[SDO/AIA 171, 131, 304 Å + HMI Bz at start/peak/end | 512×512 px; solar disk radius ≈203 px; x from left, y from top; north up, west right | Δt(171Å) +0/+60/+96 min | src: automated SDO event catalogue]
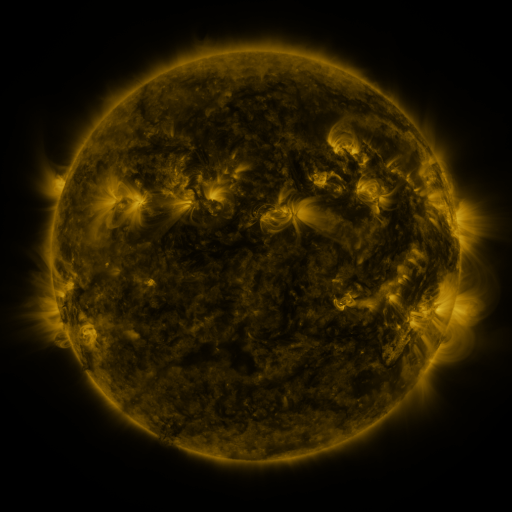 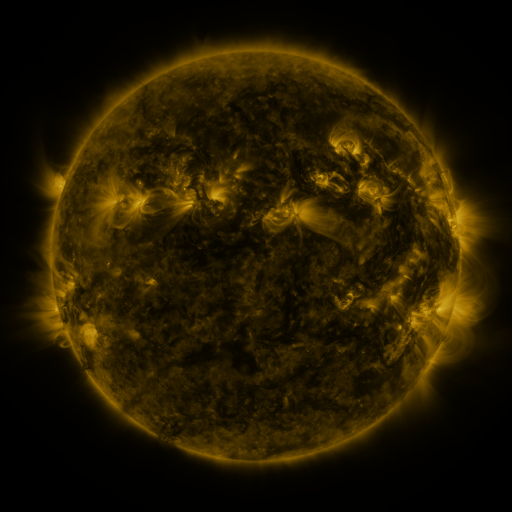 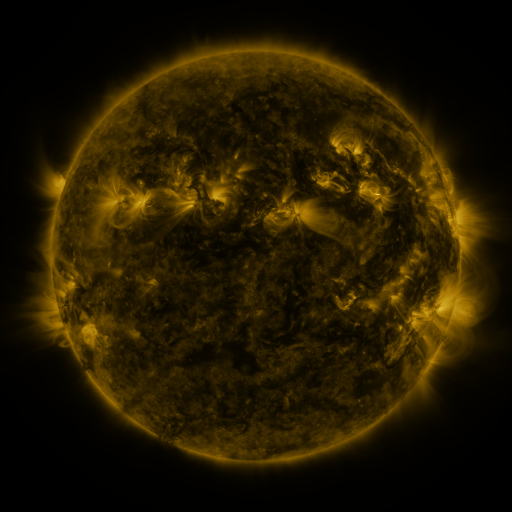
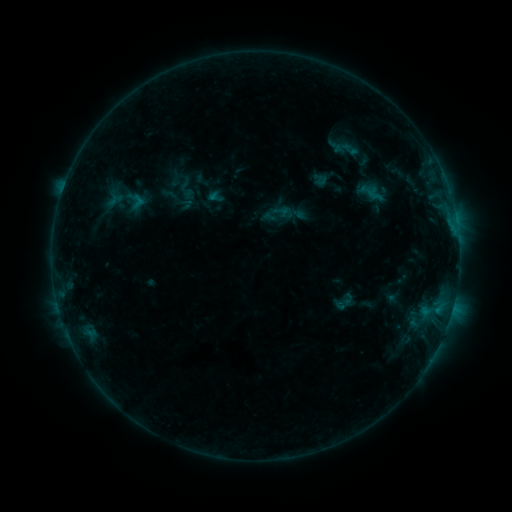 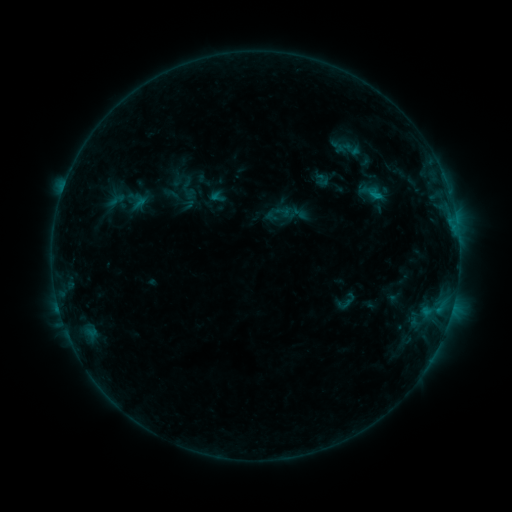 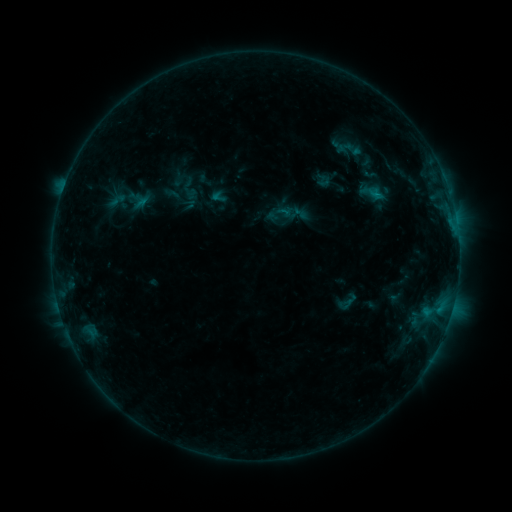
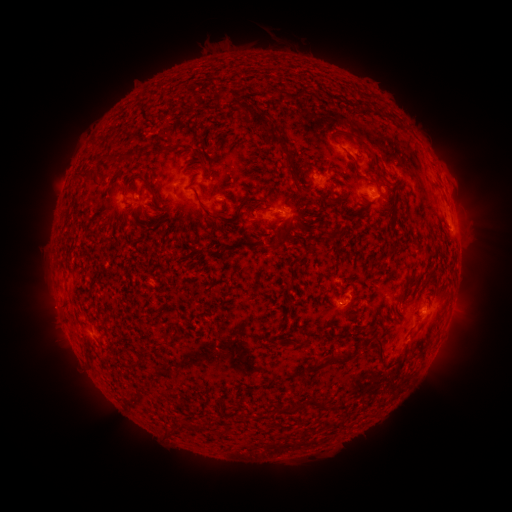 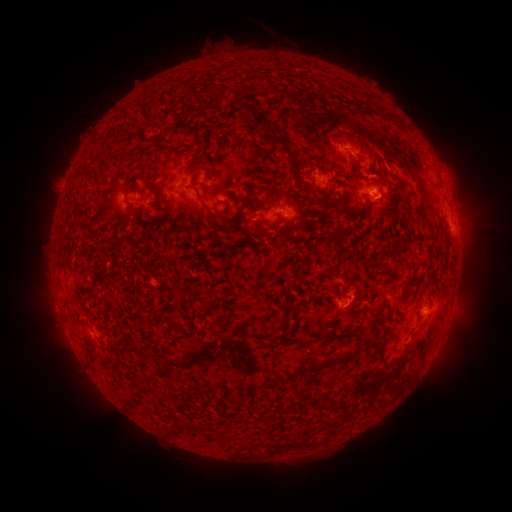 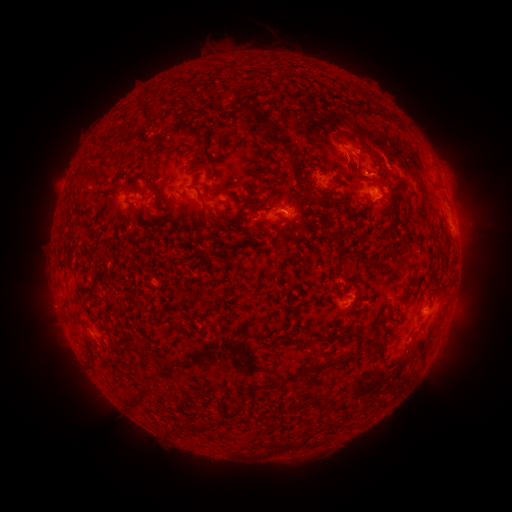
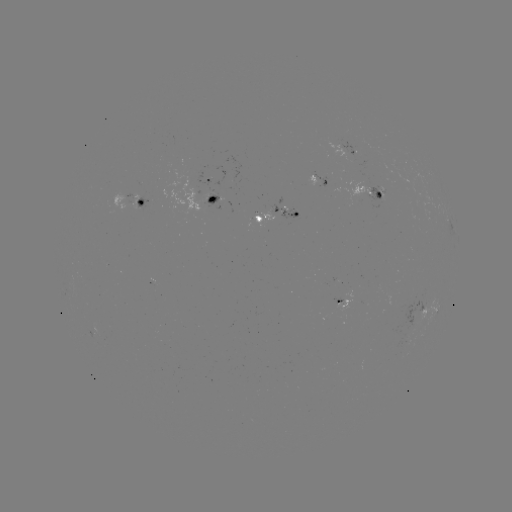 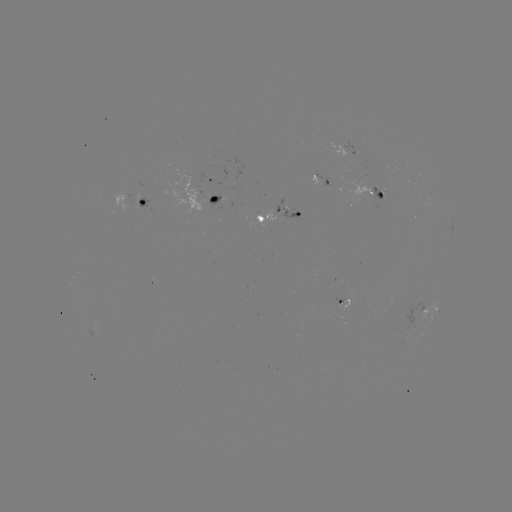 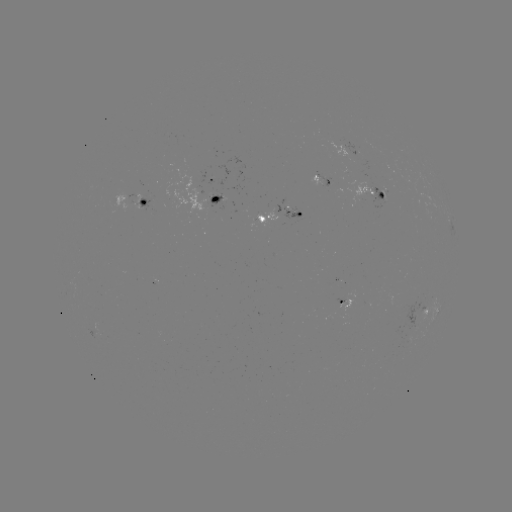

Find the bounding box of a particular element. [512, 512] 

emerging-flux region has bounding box [335, 279, 353, 310].